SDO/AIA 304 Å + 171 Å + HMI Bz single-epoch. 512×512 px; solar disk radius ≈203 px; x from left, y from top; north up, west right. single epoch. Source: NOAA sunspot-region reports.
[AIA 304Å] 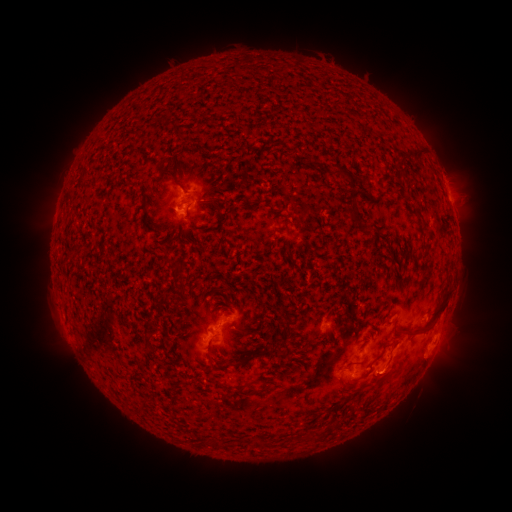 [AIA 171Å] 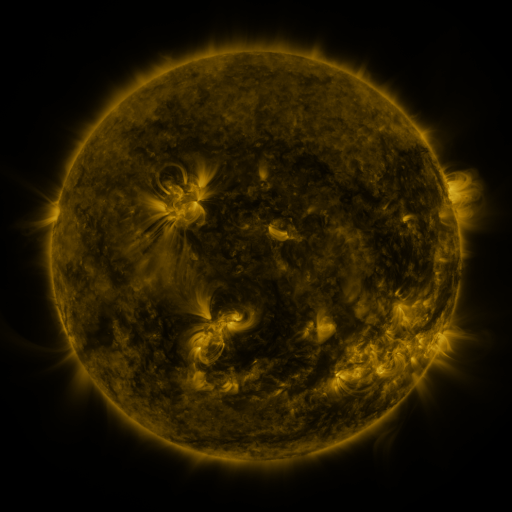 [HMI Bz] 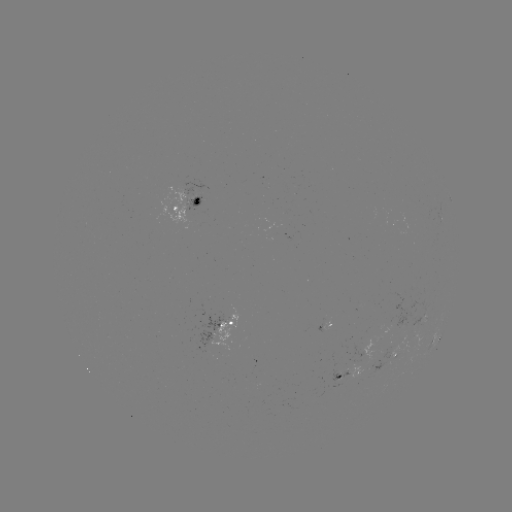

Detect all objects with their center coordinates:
spotted active region: (190, 207)
spotted active region: (441, 222)
spotted active region: (326, 325)
spotted active region: (228, 327)
spotted active region: (435, 340)
spotted active region: (397, 354)
spotted active region: (351, 376)
